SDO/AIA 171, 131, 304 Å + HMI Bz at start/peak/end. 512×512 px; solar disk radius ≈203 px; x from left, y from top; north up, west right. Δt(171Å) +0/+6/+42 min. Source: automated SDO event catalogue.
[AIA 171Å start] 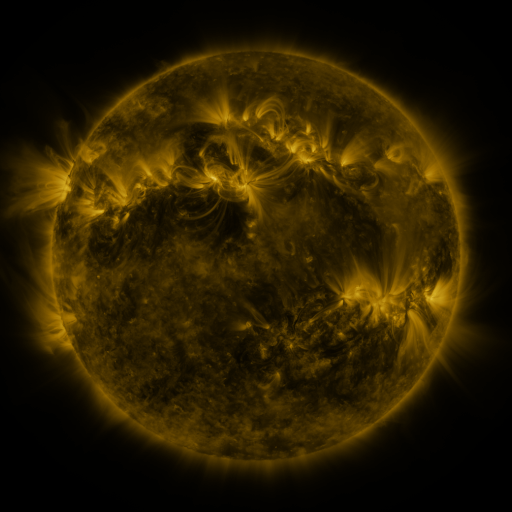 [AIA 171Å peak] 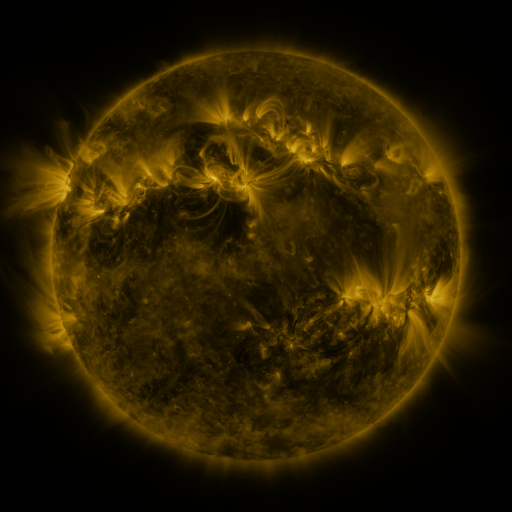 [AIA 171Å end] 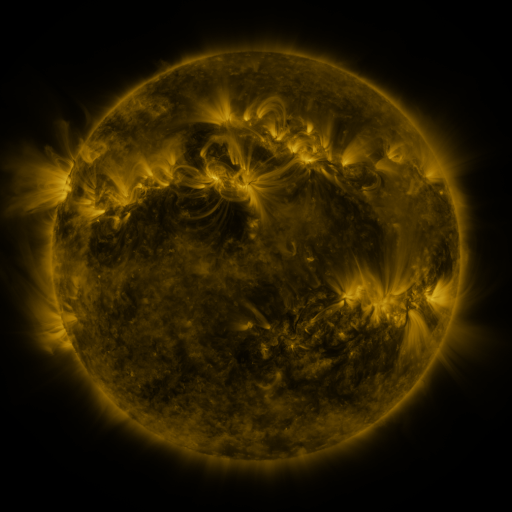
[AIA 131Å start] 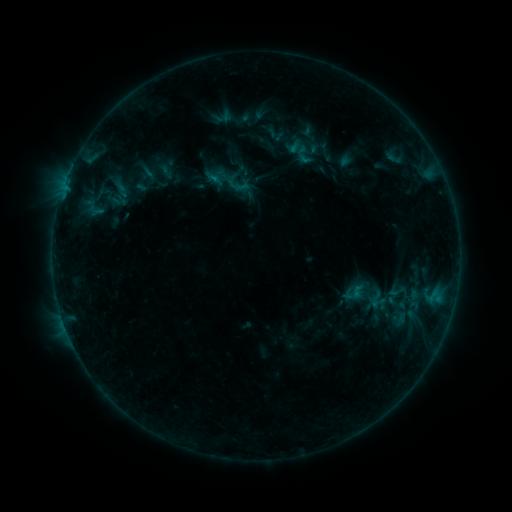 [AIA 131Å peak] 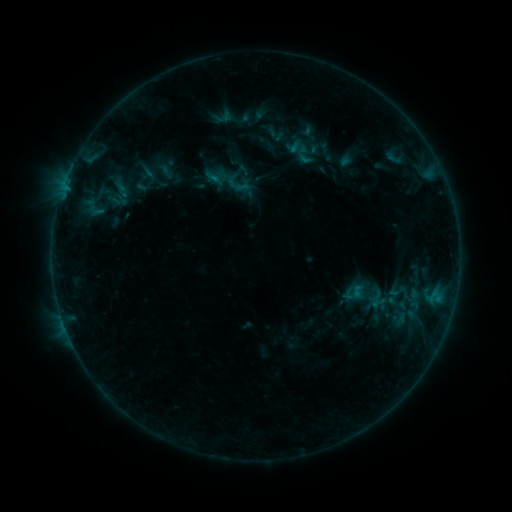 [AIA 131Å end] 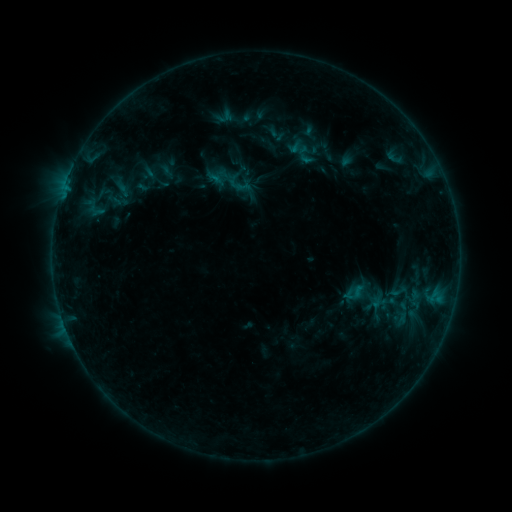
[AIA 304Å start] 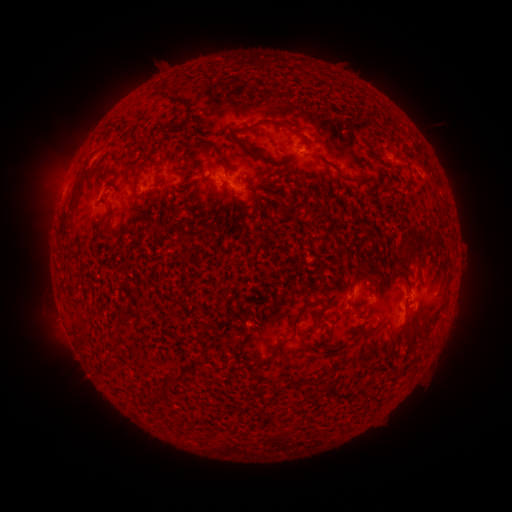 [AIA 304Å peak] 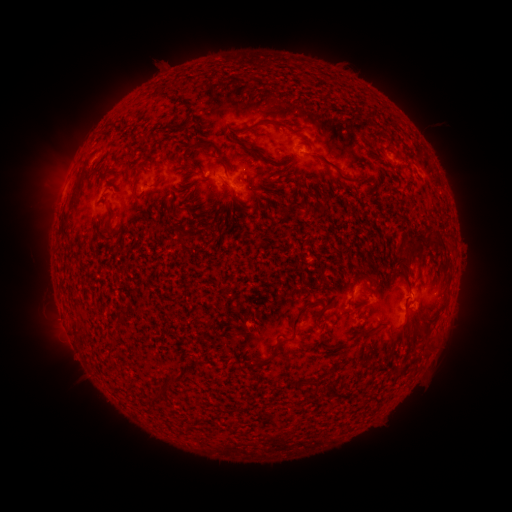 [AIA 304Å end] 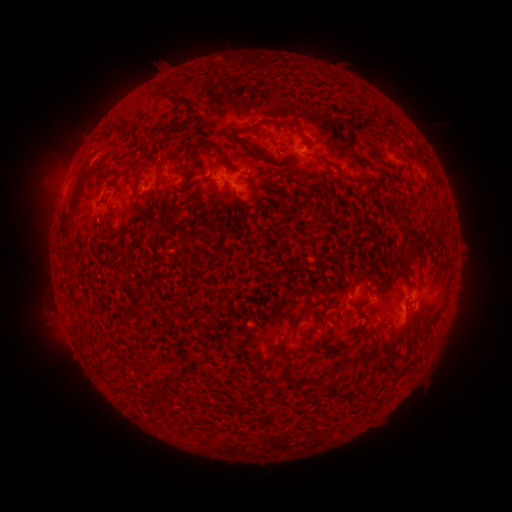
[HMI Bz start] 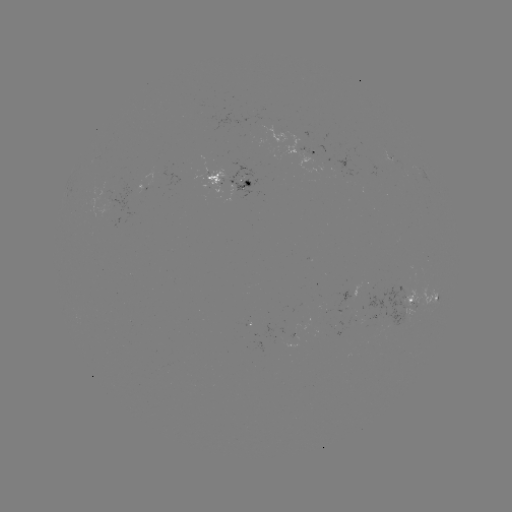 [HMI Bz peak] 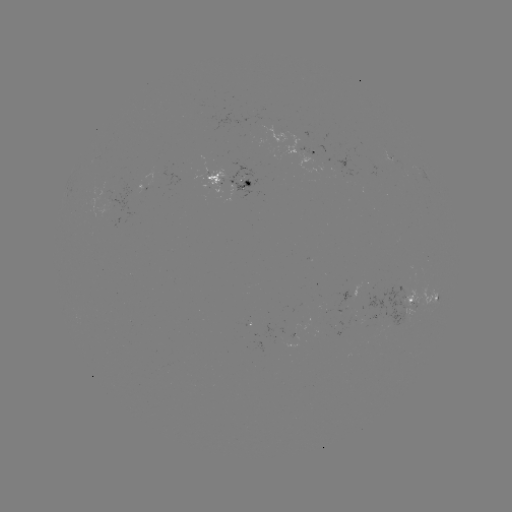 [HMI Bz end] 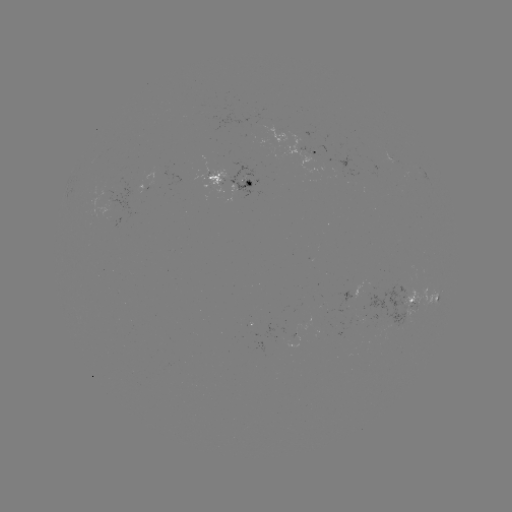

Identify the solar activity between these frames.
emerging-flux region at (413, 301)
